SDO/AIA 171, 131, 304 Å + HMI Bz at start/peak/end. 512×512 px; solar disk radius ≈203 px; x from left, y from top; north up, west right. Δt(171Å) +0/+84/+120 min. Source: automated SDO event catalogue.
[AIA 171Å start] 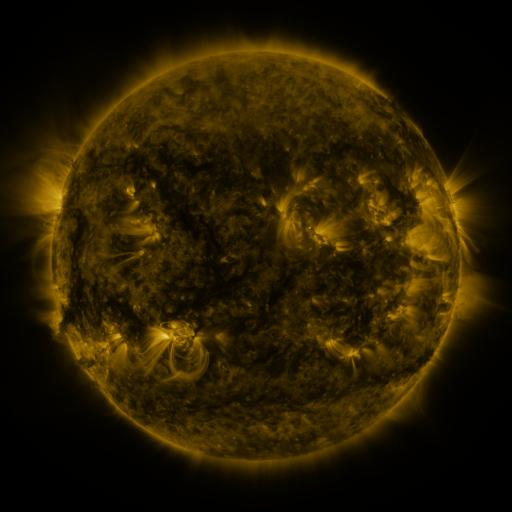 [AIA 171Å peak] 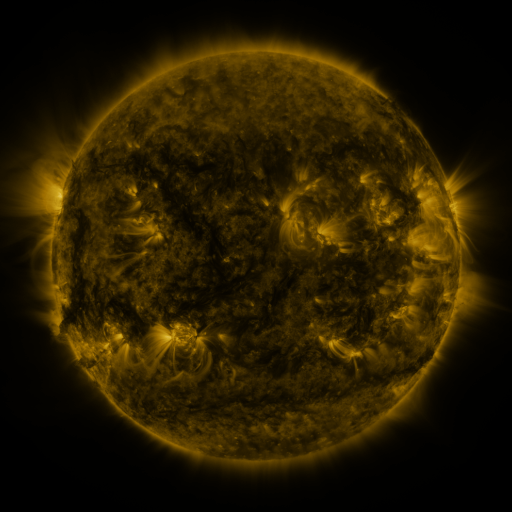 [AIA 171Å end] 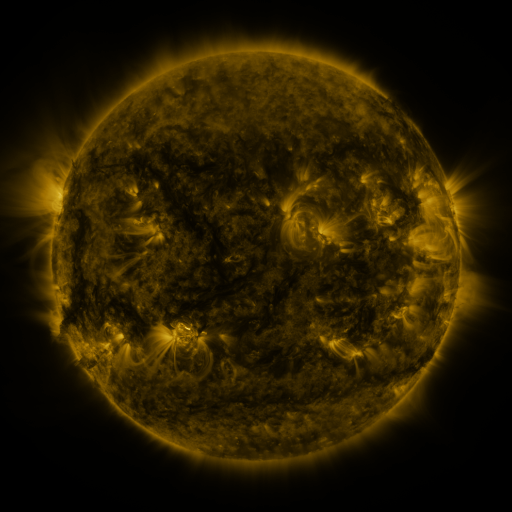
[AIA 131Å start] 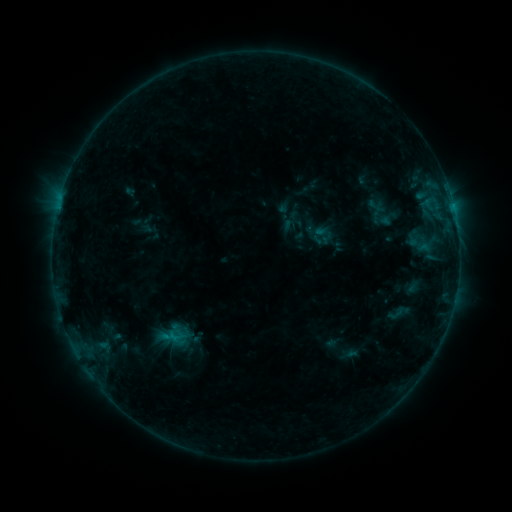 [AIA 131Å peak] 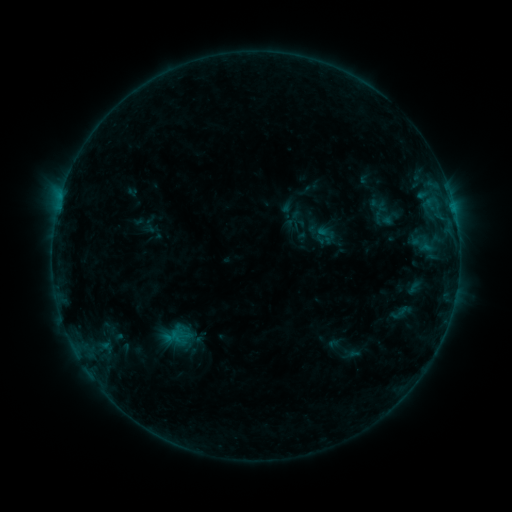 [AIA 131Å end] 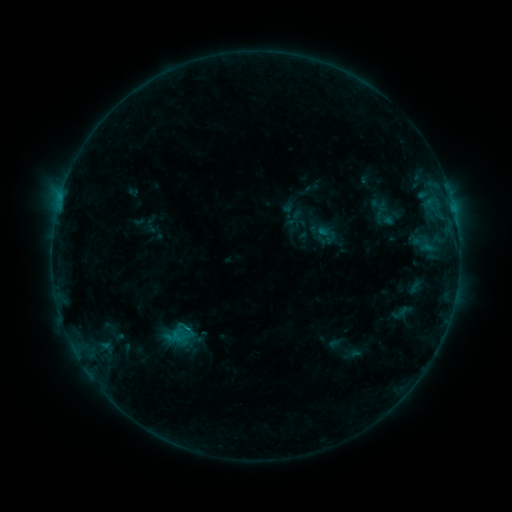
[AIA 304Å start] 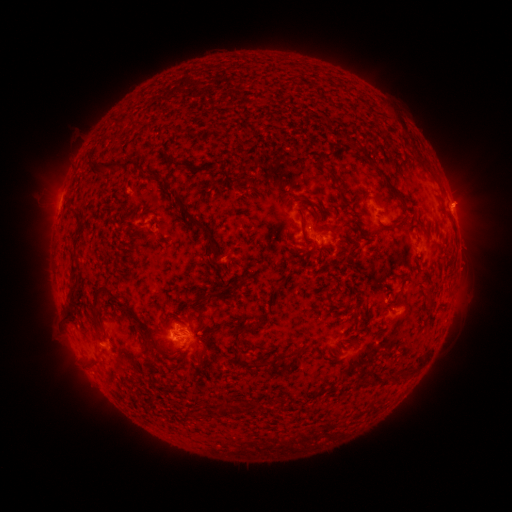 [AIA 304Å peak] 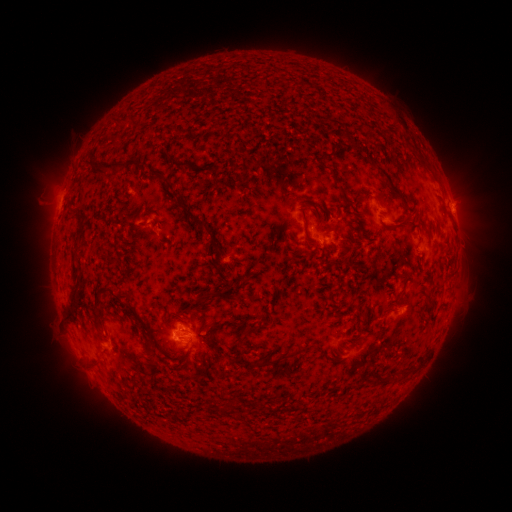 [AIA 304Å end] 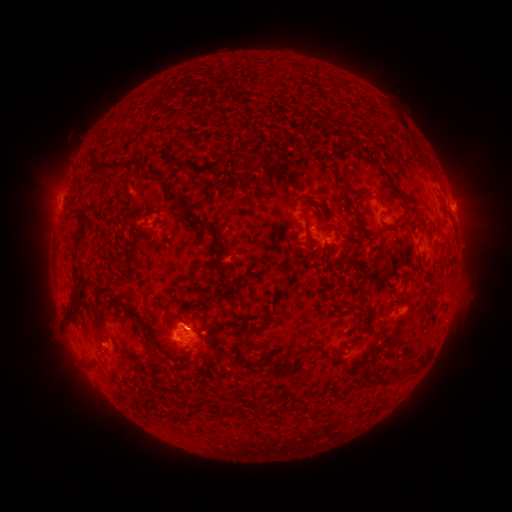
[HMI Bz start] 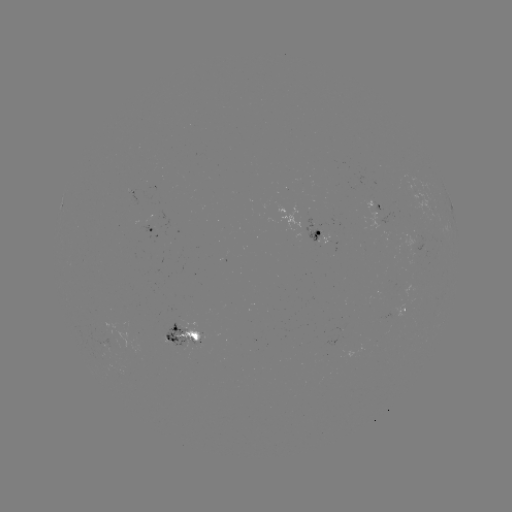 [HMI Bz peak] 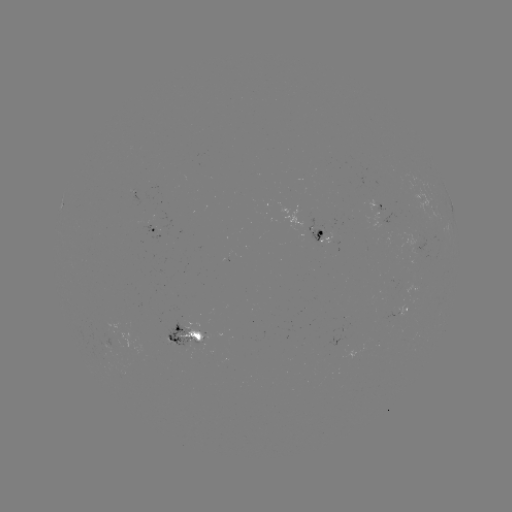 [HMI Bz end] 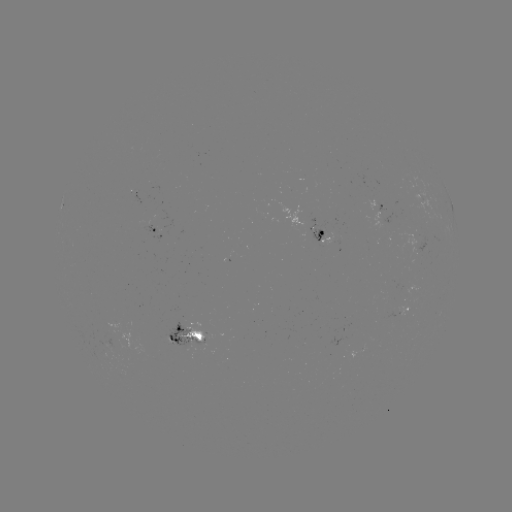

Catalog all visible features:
emerging-flux region: (373, 204)
